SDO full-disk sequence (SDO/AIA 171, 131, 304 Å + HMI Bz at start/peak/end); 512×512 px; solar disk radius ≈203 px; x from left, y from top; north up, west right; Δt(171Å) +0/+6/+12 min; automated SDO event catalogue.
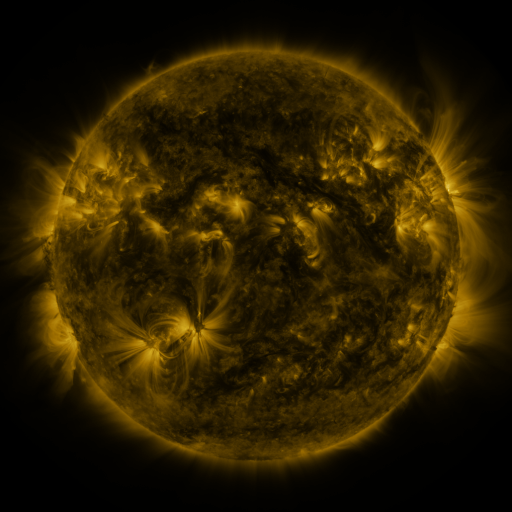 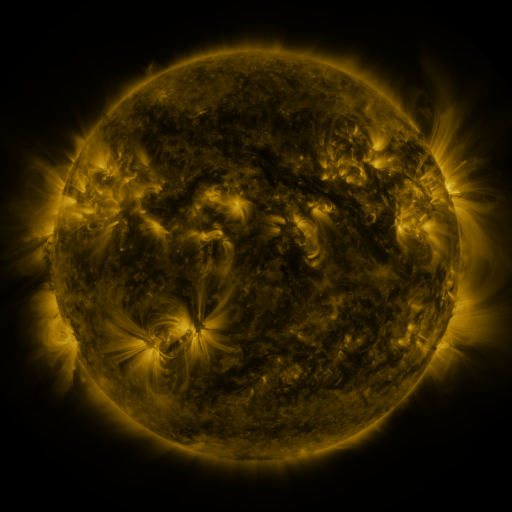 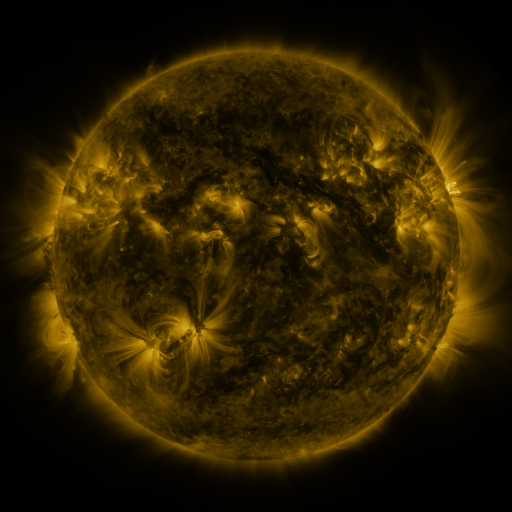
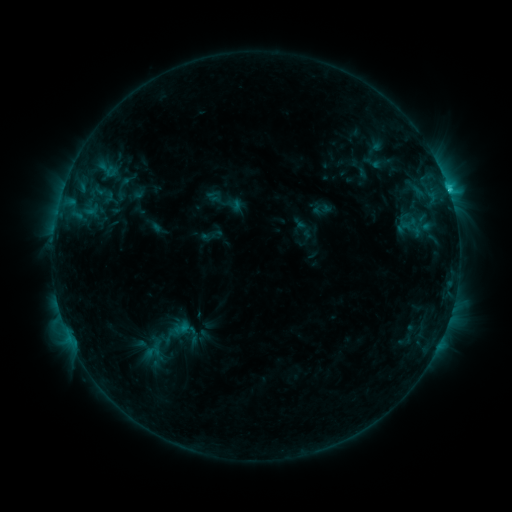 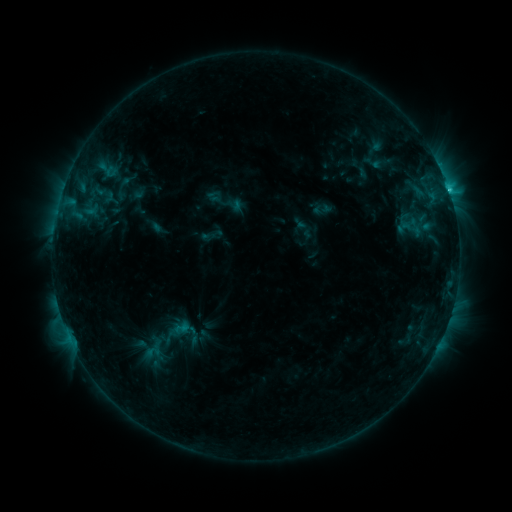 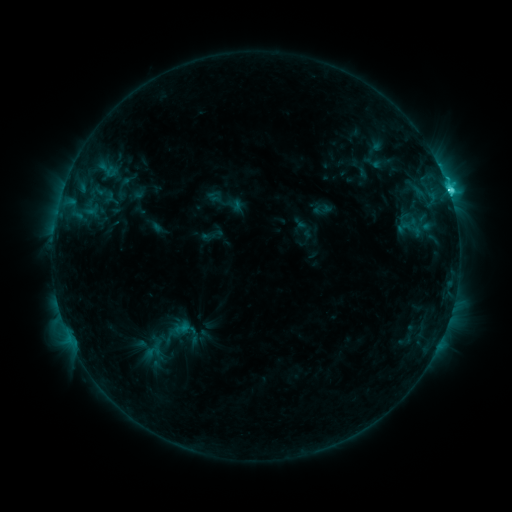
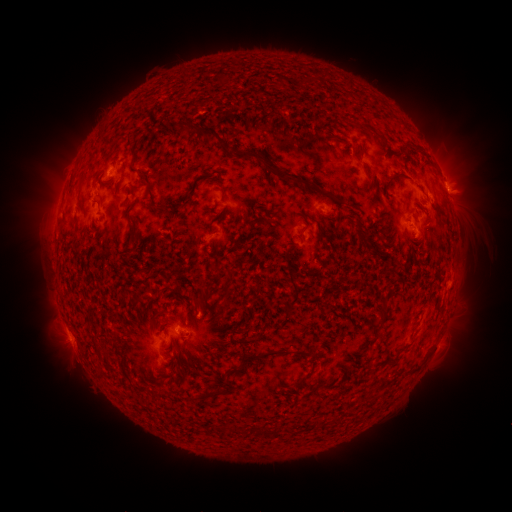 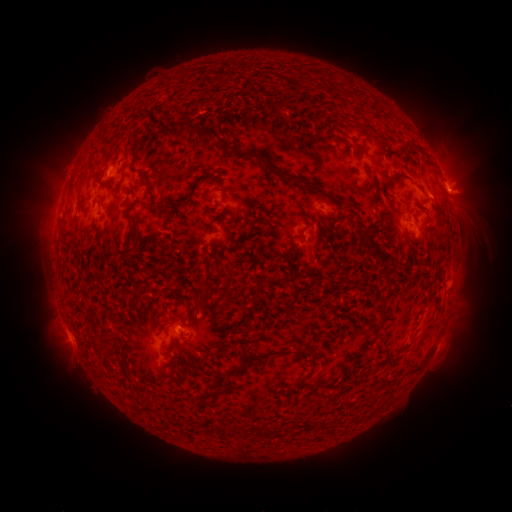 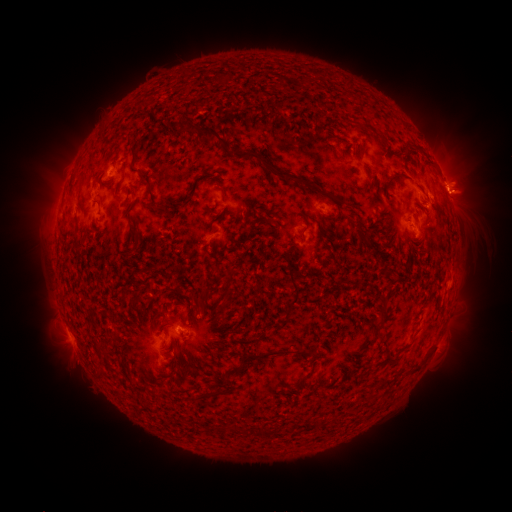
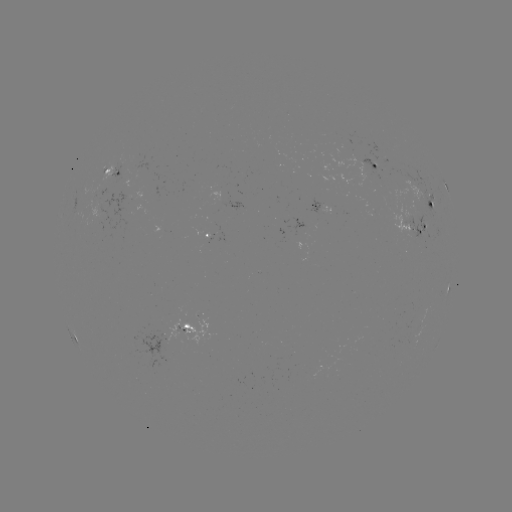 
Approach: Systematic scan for eruption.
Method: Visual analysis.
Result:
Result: eruption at (463, 193).